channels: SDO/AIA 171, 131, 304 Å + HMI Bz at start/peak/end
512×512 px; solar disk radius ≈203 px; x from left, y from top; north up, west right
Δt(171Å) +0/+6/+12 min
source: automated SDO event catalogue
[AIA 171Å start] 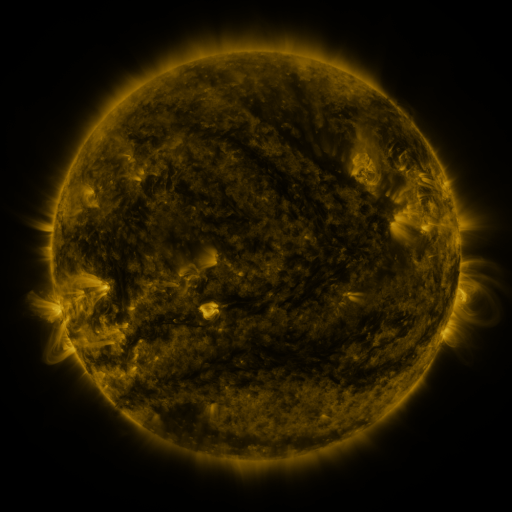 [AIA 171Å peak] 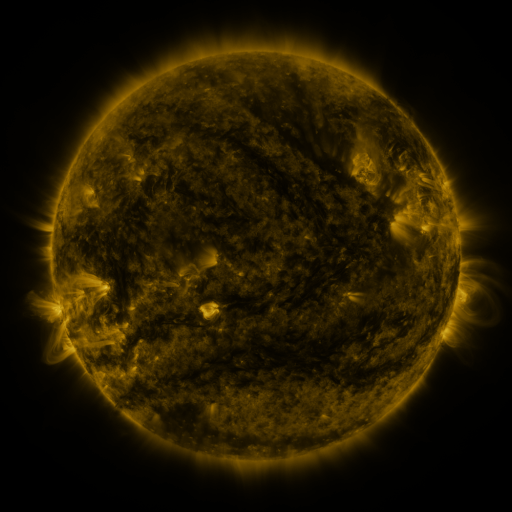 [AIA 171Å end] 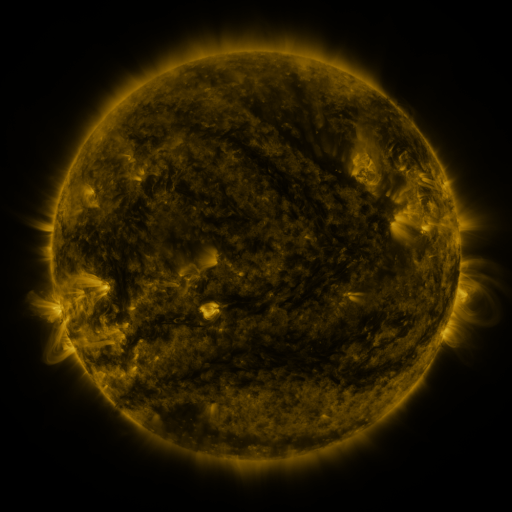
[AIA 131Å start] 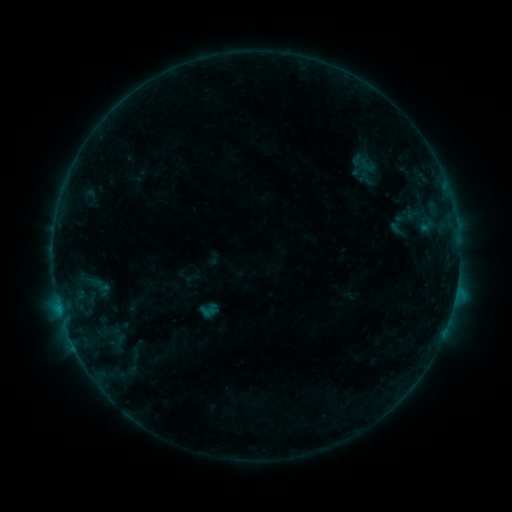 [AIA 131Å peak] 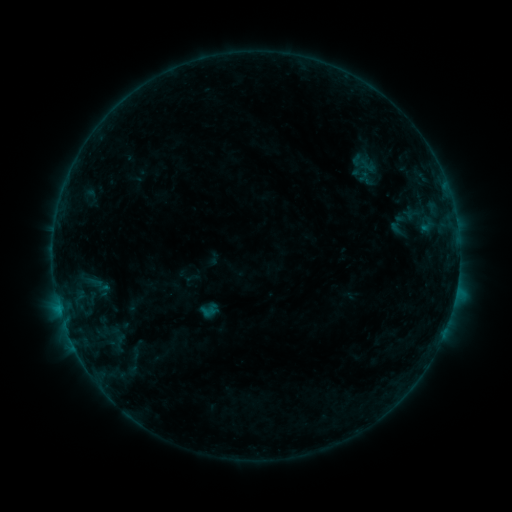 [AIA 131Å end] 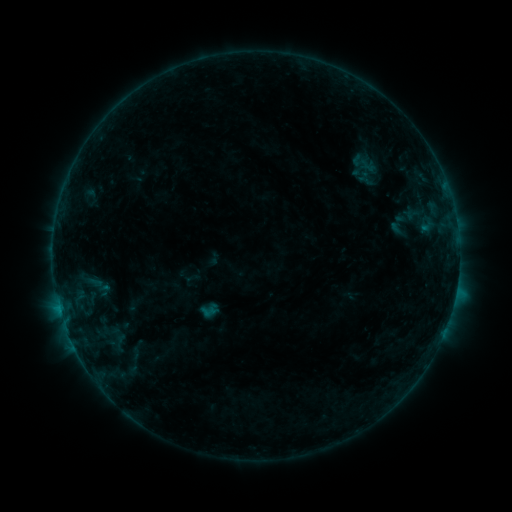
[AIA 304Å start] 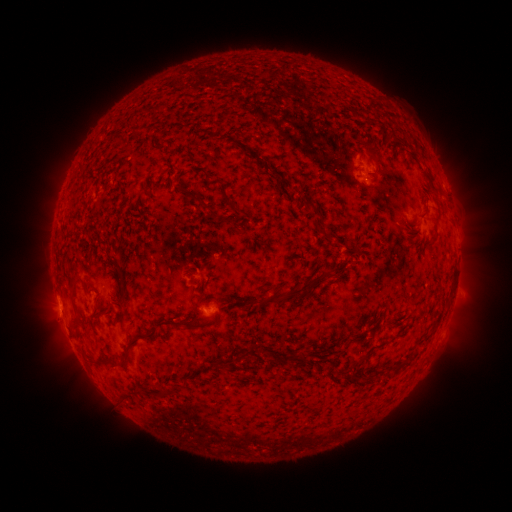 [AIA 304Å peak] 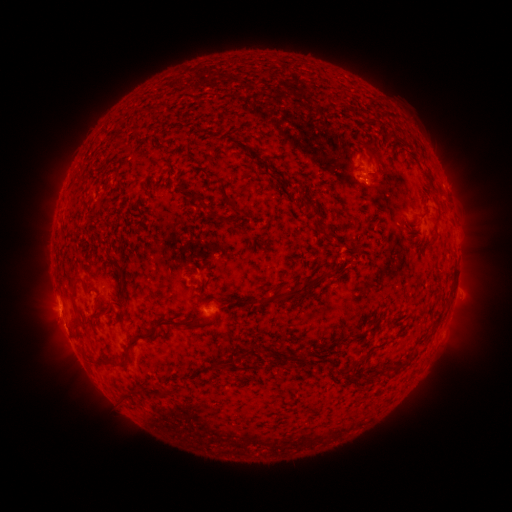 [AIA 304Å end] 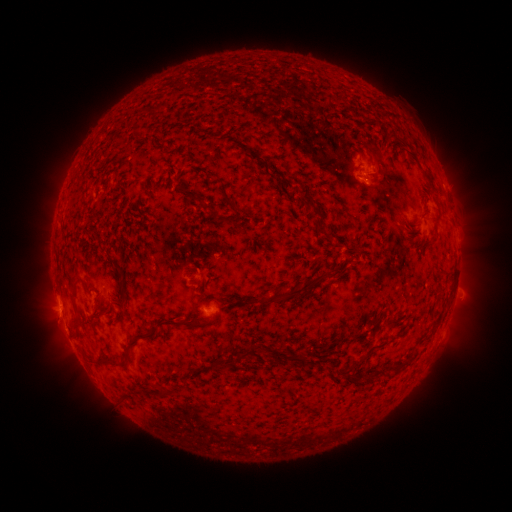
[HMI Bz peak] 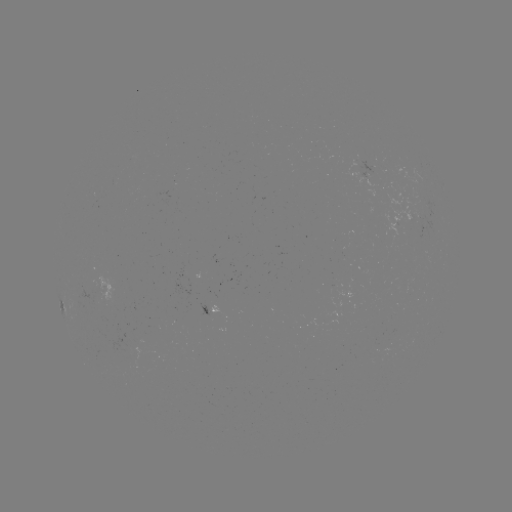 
no catalogued flare and no flagged EUV brightening in this window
